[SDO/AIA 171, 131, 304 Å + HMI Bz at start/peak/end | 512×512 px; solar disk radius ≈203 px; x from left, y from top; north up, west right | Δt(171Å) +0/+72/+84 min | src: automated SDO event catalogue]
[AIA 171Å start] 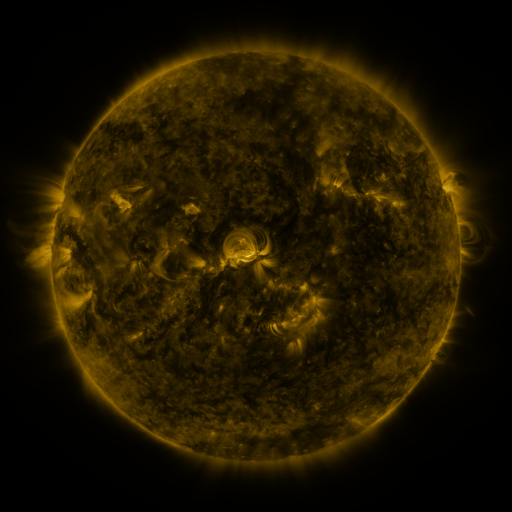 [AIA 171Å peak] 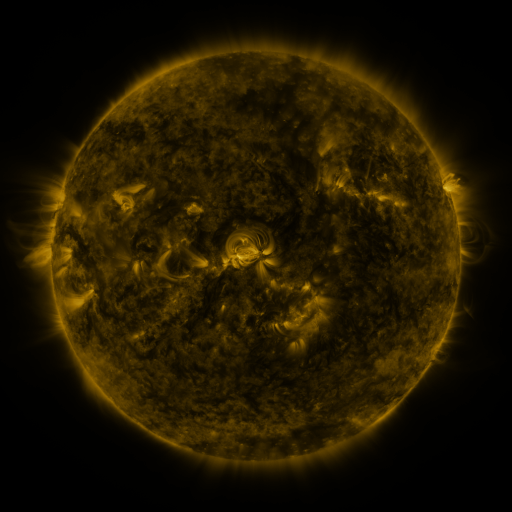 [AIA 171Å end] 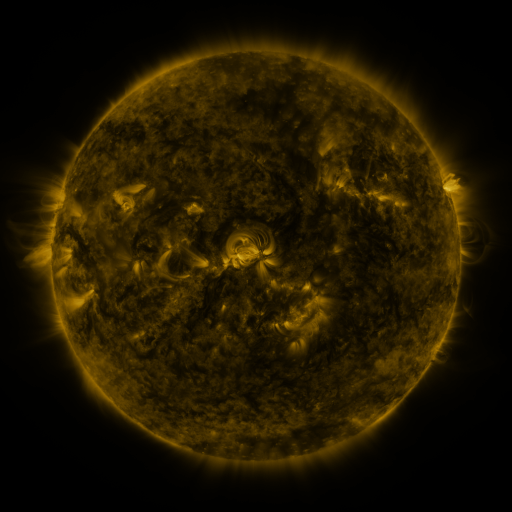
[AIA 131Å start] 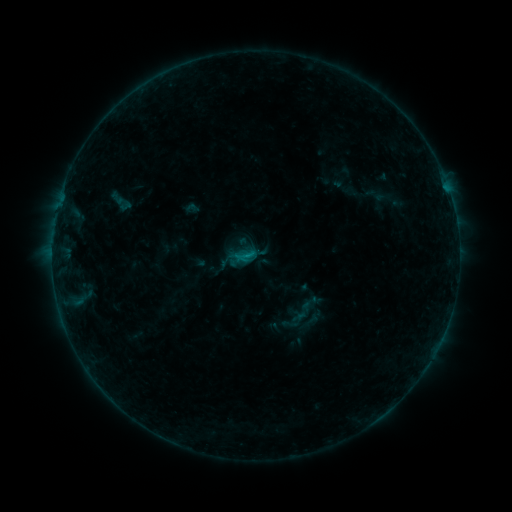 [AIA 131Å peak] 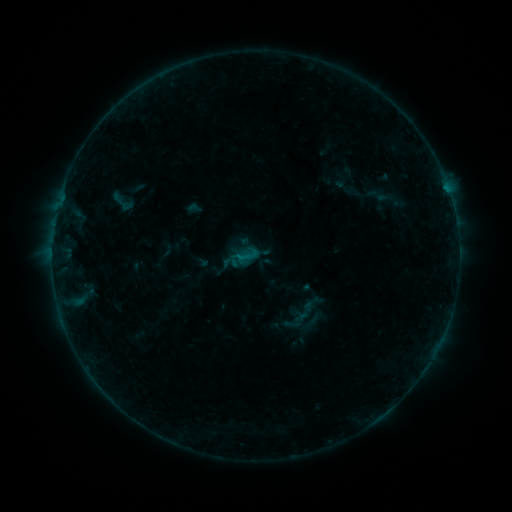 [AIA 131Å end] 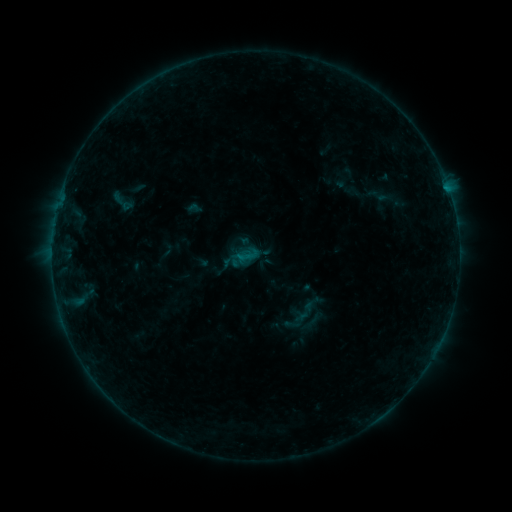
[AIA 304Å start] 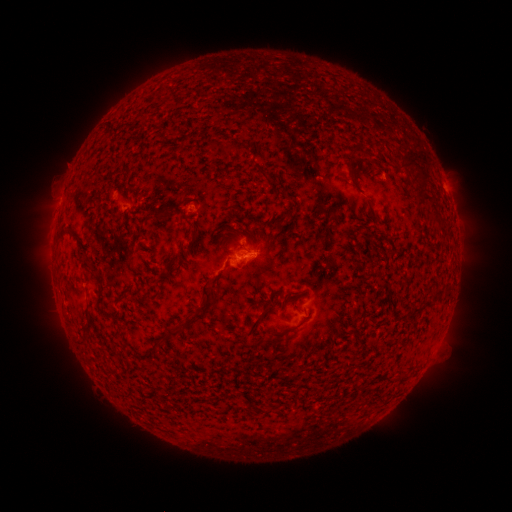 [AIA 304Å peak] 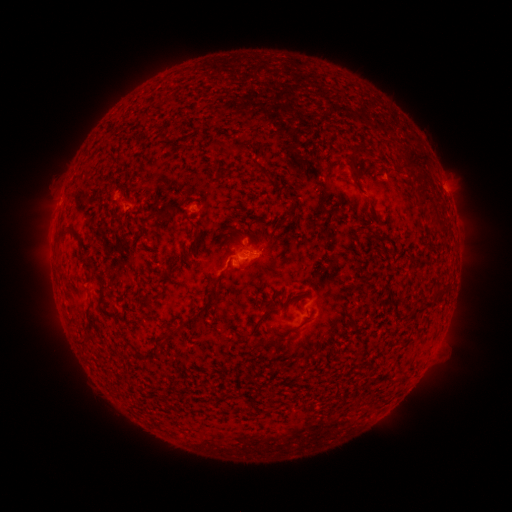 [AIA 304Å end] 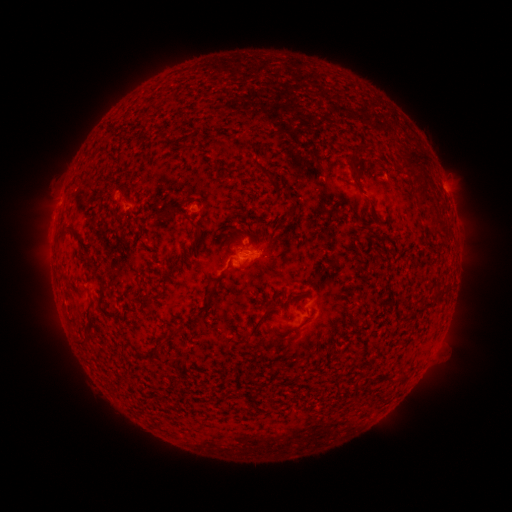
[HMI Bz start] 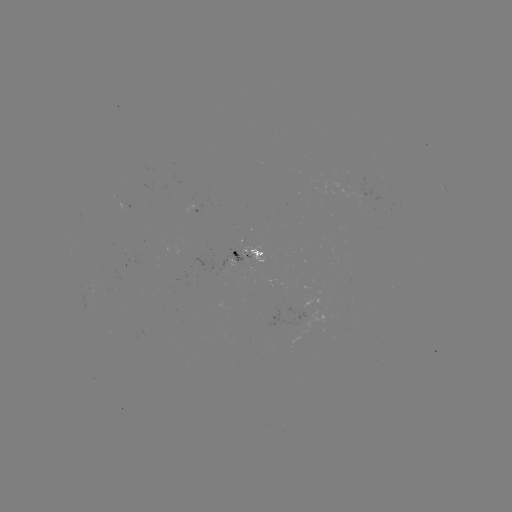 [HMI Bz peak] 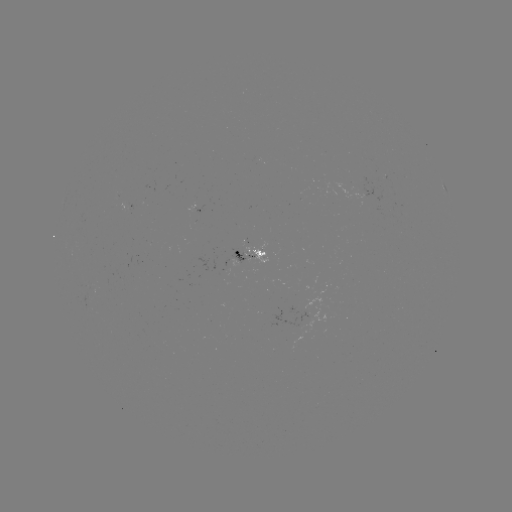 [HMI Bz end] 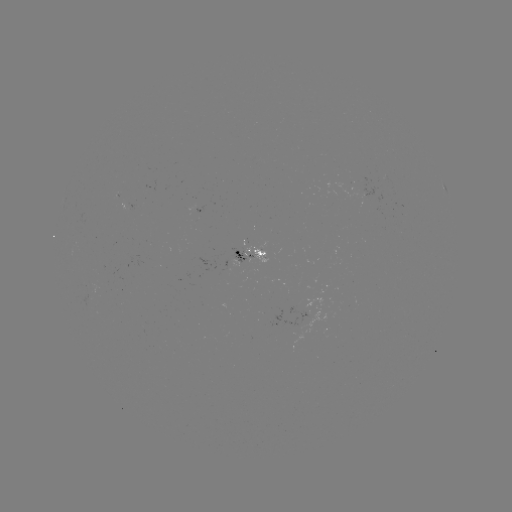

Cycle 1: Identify emerging-flux region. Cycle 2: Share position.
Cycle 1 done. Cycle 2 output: (90, 292).